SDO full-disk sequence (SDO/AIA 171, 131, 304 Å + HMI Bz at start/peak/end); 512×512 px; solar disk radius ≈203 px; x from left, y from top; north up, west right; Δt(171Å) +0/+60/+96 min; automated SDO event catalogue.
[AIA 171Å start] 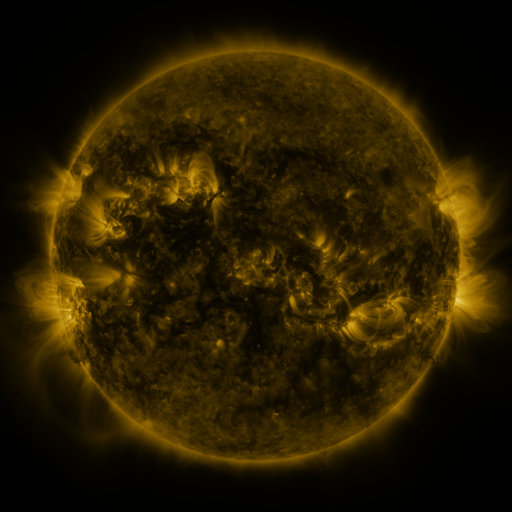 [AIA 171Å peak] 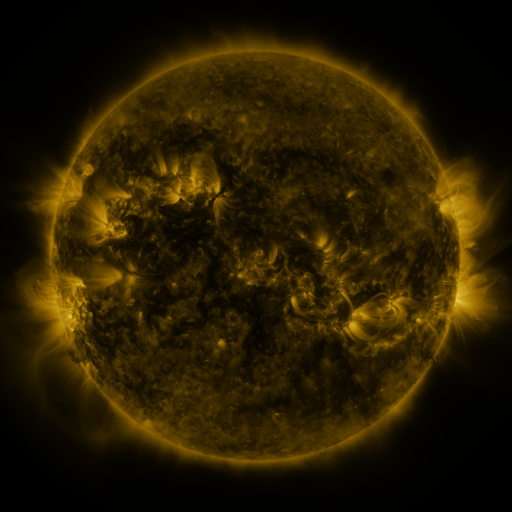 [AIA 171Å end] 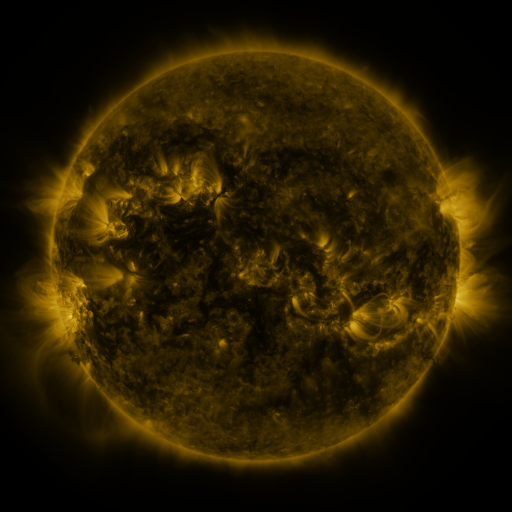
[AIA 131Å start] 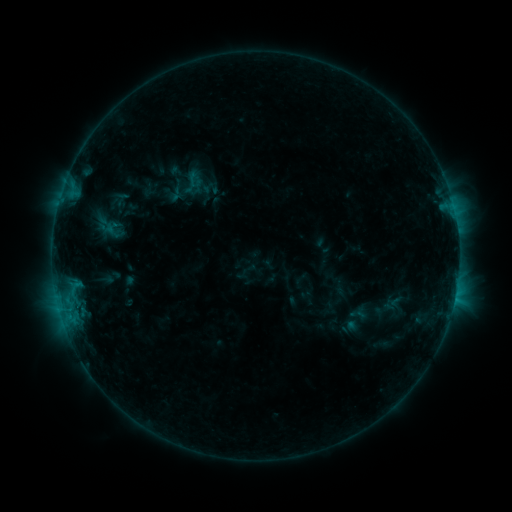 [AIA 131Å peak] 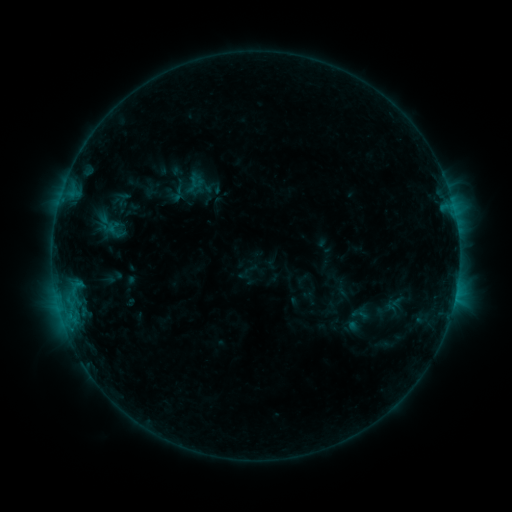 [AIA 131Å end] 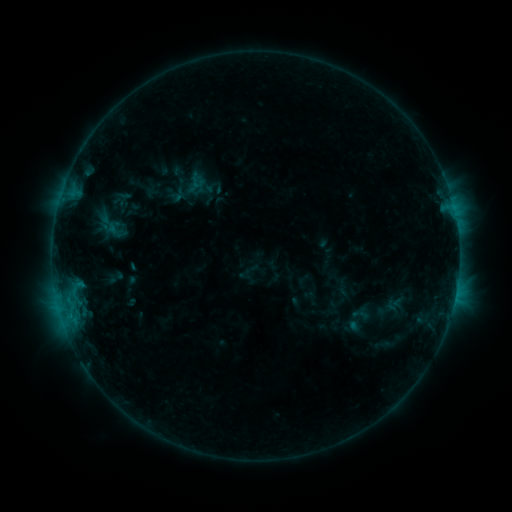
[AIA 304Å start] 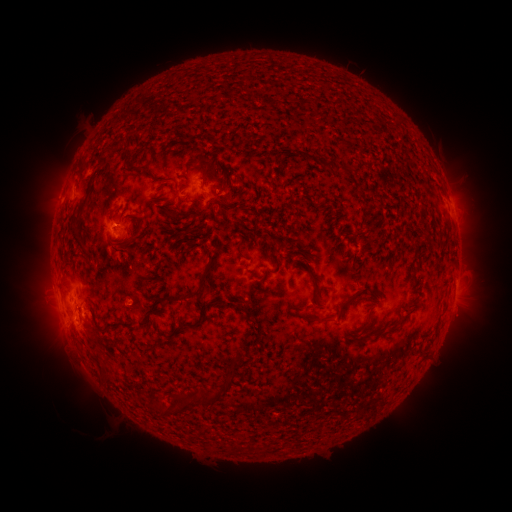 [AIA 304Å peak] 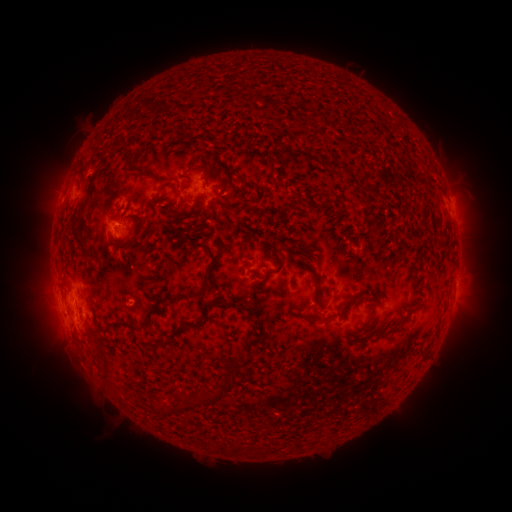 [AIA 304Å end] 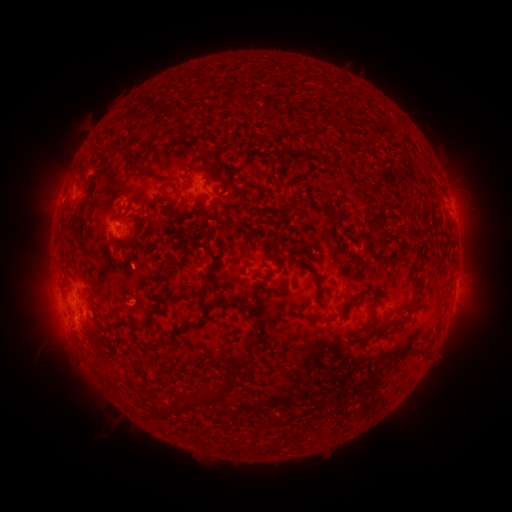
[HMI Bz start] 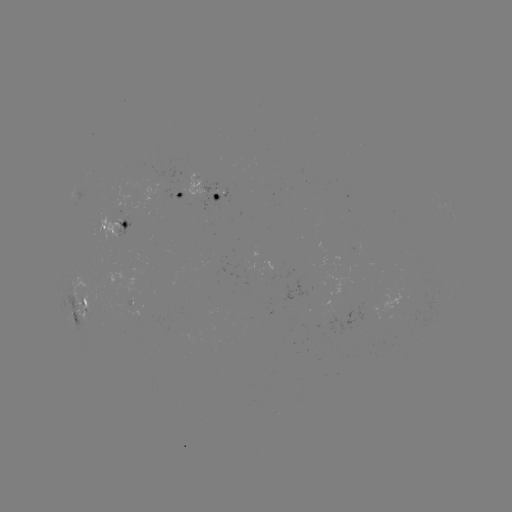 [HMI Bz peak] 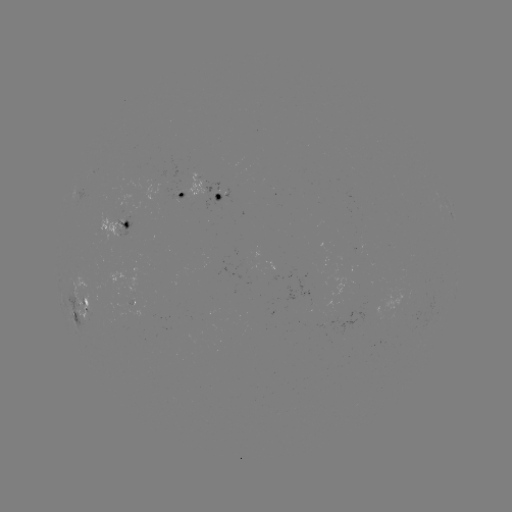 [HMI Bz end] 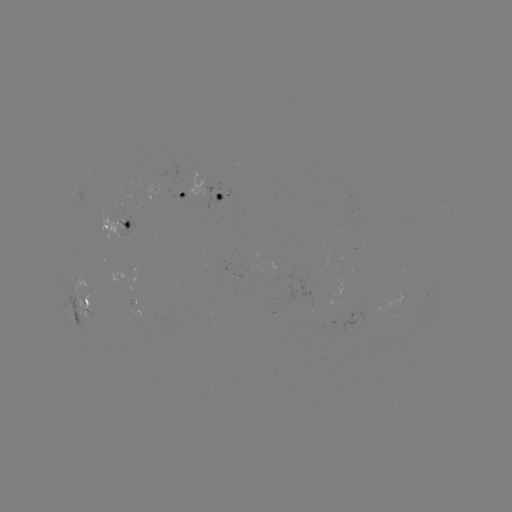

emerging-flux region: (152, 168, 163, 183)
